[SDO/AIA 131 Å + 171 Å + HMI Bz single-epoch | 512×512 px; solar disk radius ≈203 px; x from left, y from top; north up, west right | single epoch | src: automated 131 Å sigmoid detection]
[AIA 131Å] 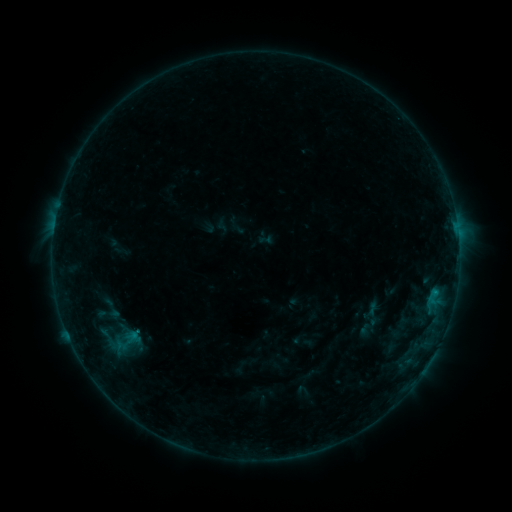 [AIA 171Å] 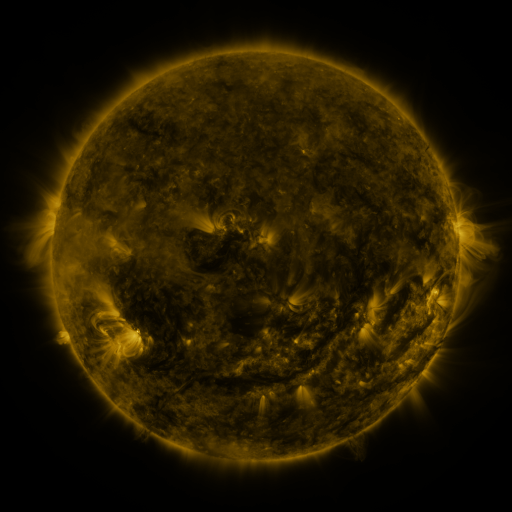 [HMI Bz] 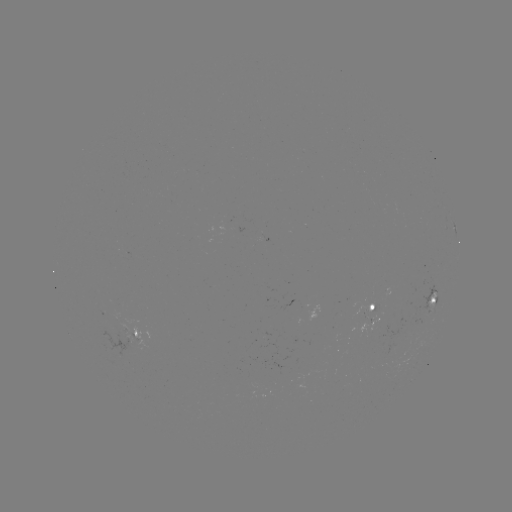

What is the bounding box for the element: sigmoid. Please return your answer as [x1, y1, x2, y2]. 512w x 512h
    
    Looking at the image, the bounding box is [114, 331, 141, 351].